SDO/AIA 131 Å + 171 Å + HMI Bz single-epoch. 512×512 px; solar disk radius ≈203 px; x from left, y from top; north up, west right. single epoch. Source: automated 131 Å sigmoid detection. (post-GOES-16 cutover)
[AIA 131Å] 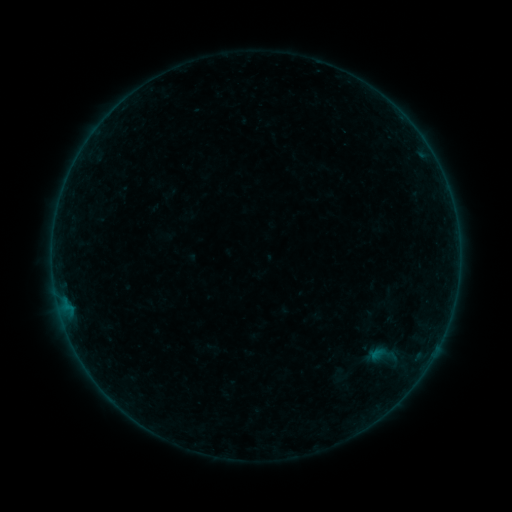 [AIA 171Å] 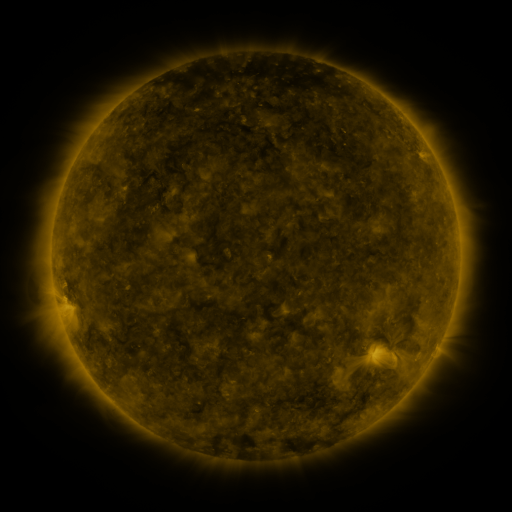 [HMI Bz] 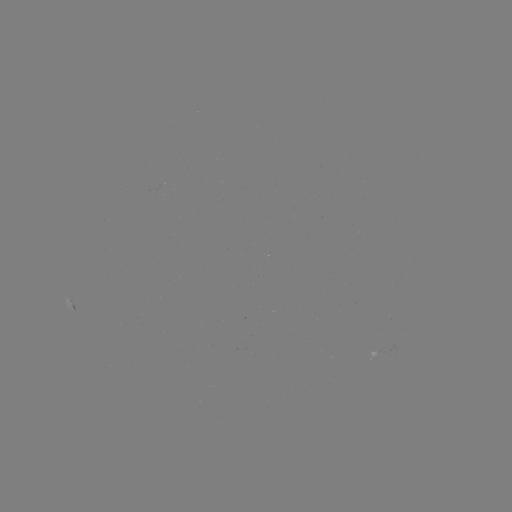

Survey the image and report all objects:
sigmoid: <bbox>368, 340, 398, 369</bbox>
